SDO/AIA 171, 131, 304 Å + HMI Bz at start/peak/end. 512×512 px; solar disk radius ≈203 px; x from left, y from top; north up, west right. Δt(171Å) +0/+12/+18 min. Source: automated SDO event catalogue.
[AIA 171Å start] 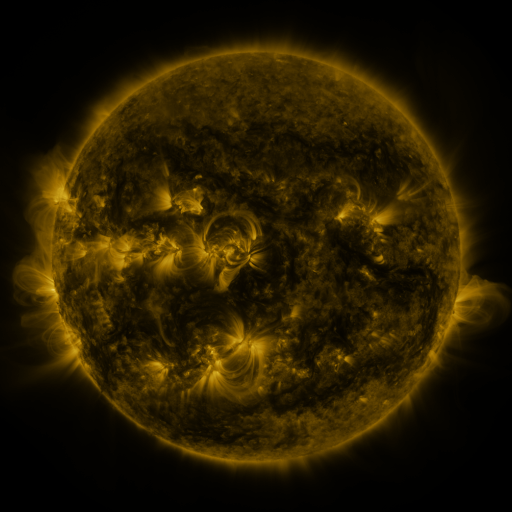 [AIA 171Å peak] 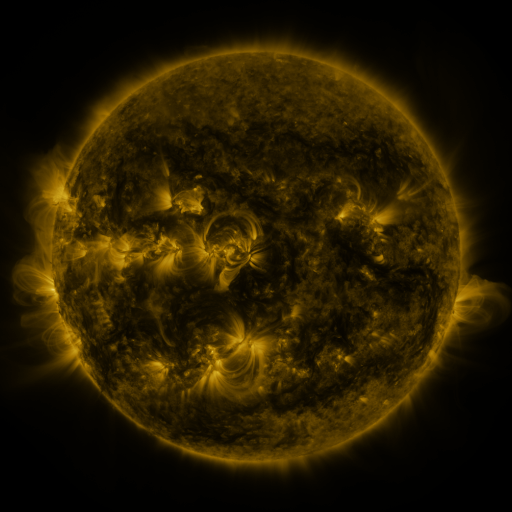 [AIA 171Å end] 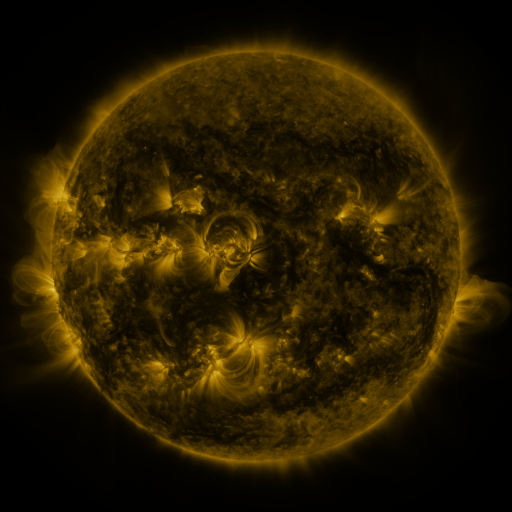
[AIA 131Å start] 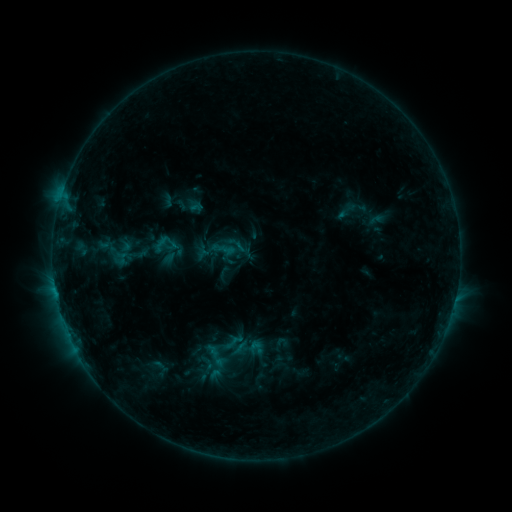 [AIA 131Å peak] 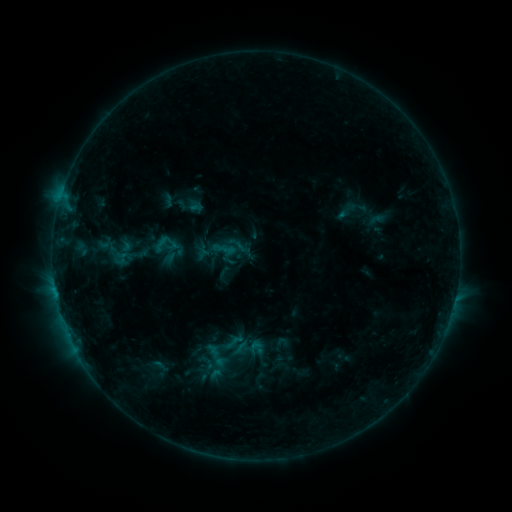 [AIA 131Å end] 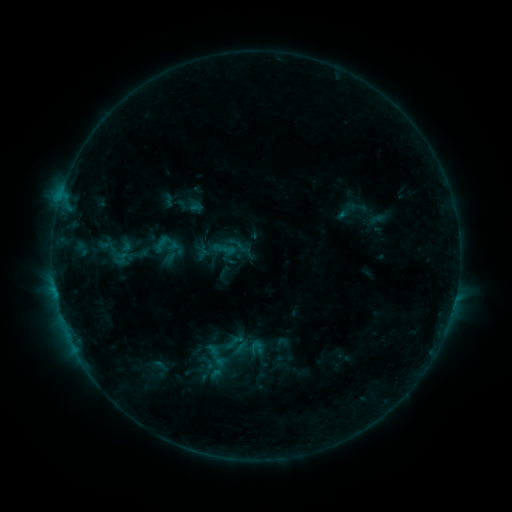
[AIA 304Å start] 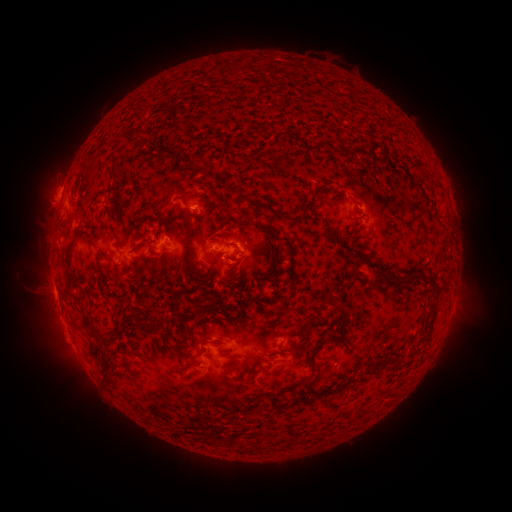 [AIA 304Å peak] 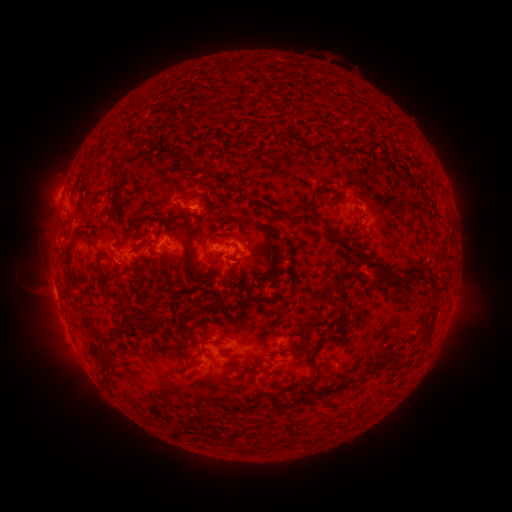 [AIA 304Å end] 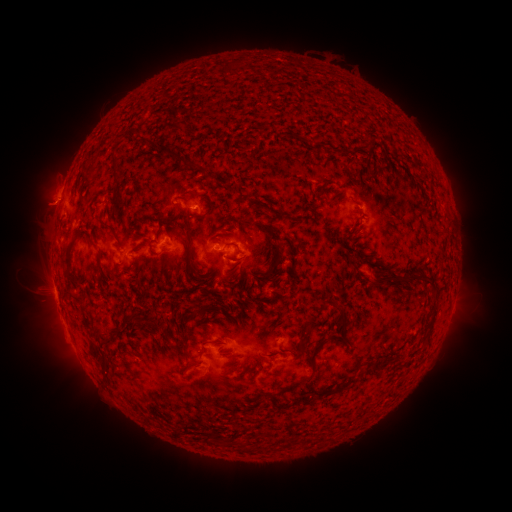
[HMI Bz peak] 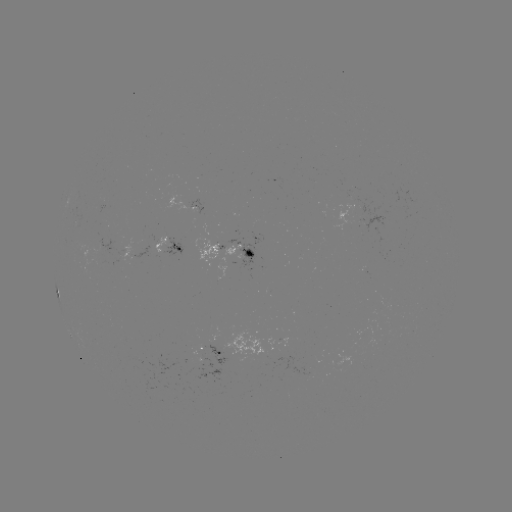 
nothing was catalogued: no classed flare, no EUV trigger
